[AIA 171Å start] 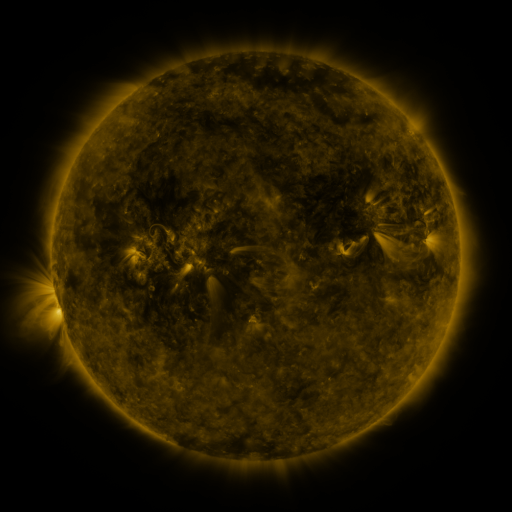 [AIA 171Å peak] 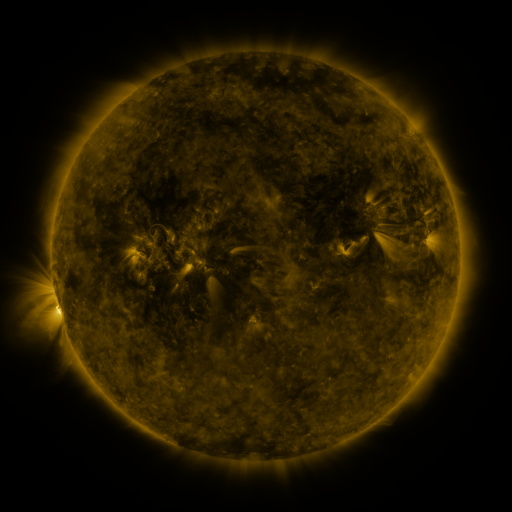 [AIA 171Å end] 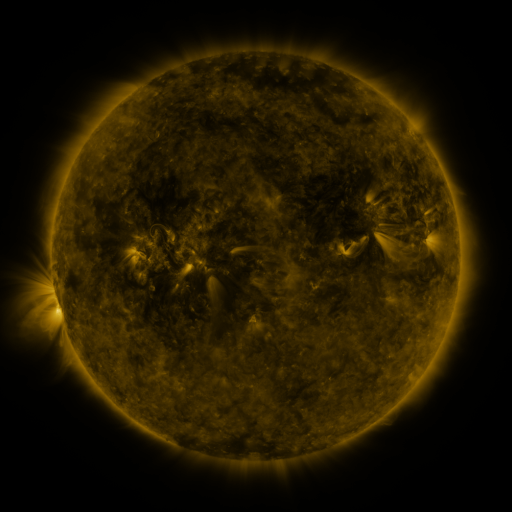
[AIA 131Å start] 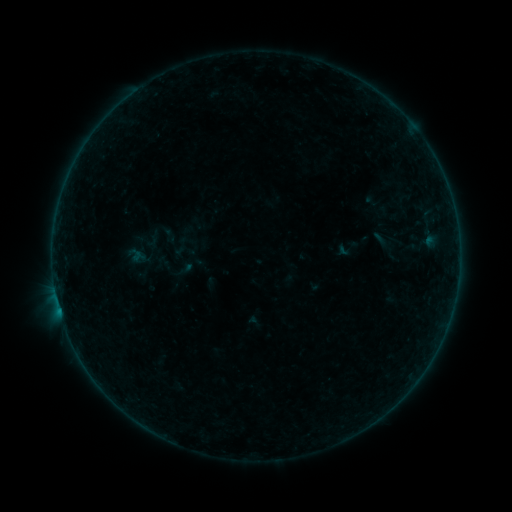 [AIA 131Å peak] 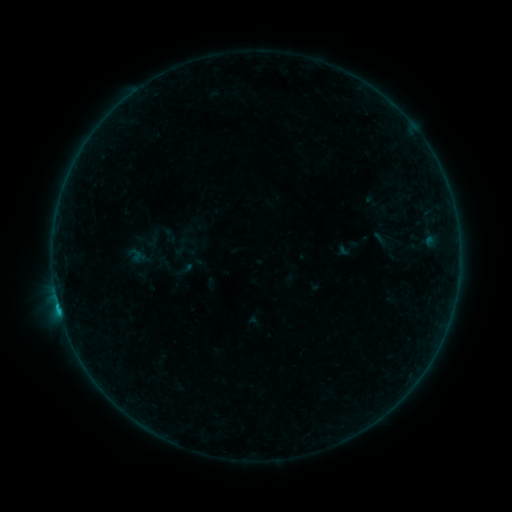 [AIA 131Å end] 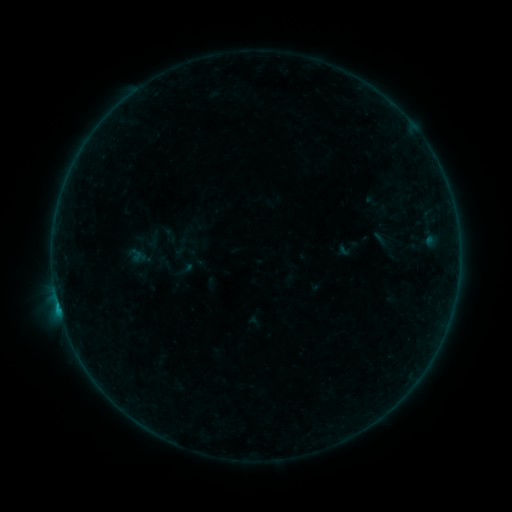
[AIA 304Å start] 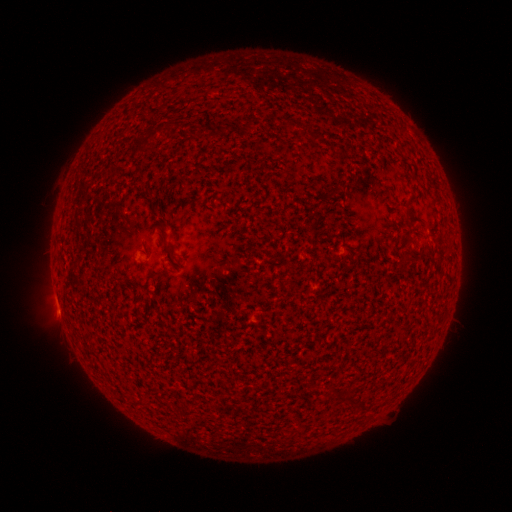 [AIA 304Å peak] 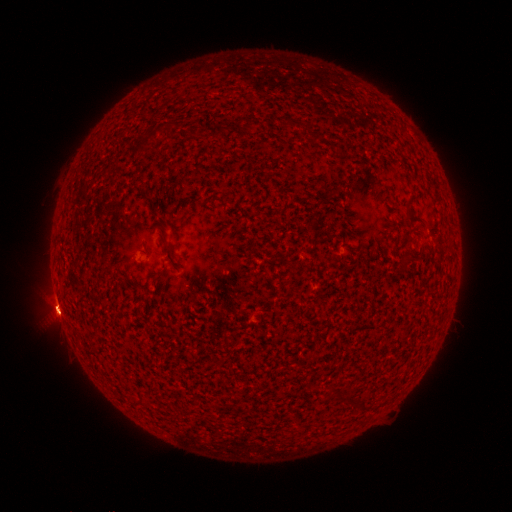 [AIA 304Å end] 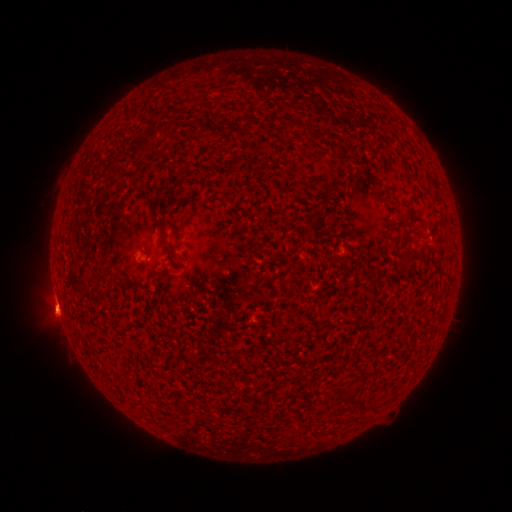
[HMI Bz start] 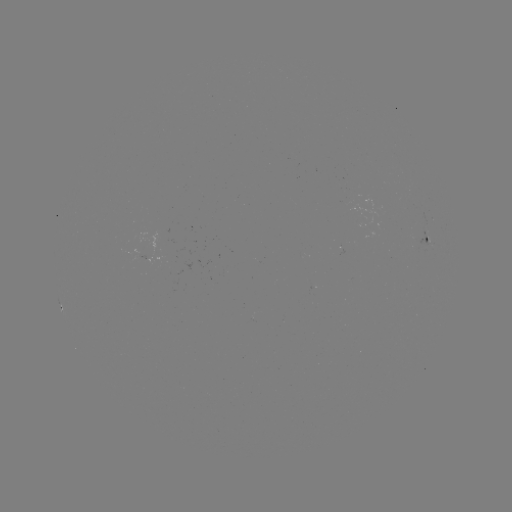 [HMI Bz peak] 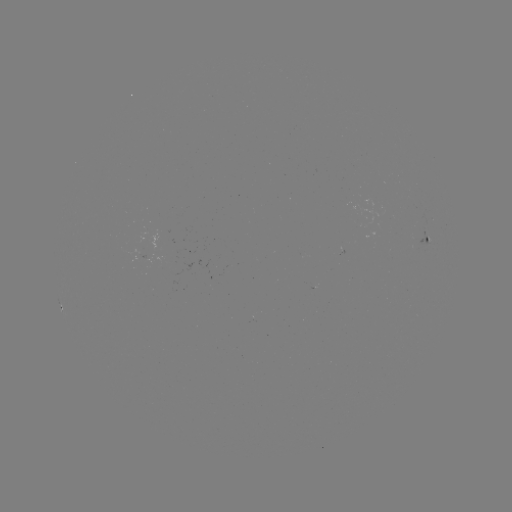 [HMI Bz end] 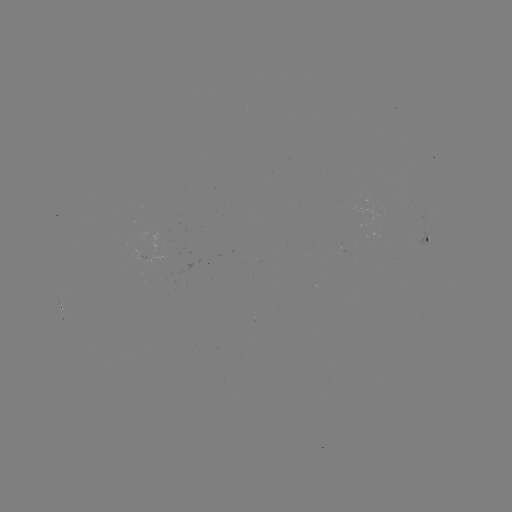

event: flare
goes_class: B3.2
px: (59, 306)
